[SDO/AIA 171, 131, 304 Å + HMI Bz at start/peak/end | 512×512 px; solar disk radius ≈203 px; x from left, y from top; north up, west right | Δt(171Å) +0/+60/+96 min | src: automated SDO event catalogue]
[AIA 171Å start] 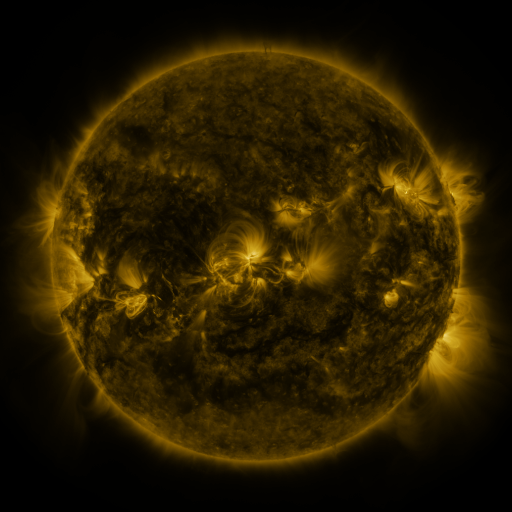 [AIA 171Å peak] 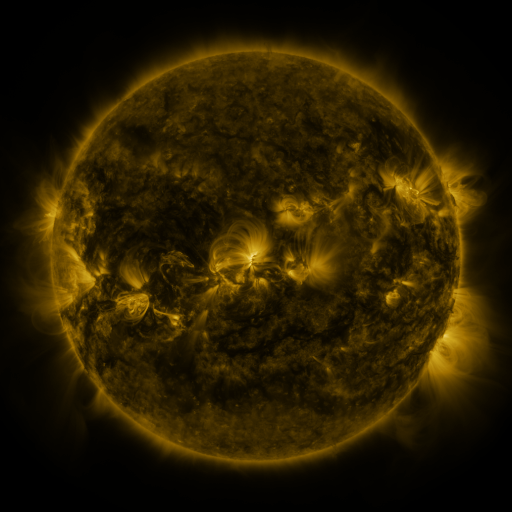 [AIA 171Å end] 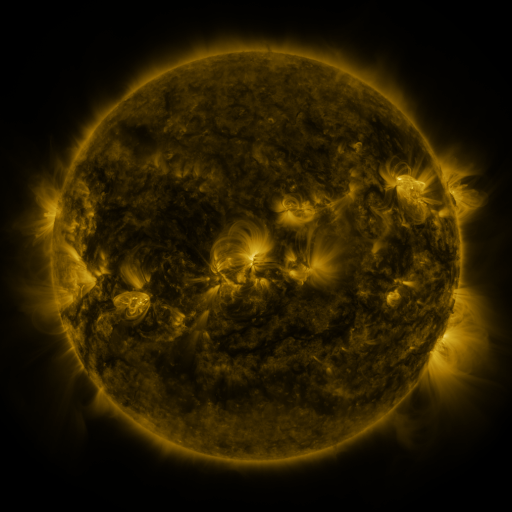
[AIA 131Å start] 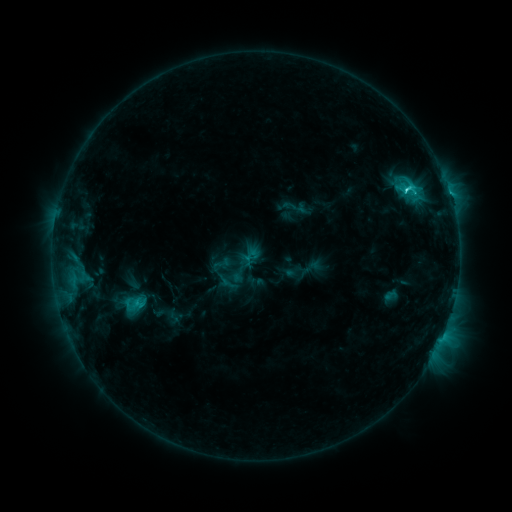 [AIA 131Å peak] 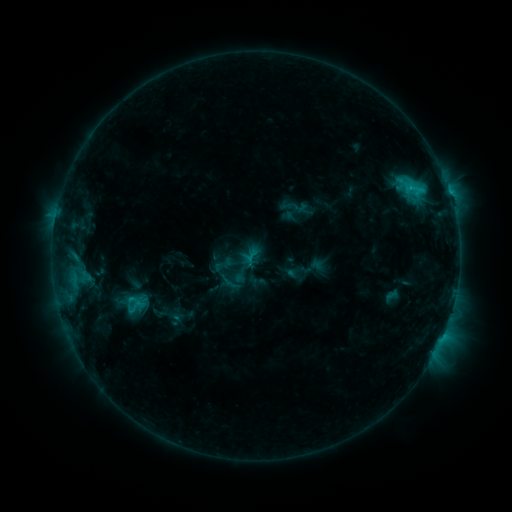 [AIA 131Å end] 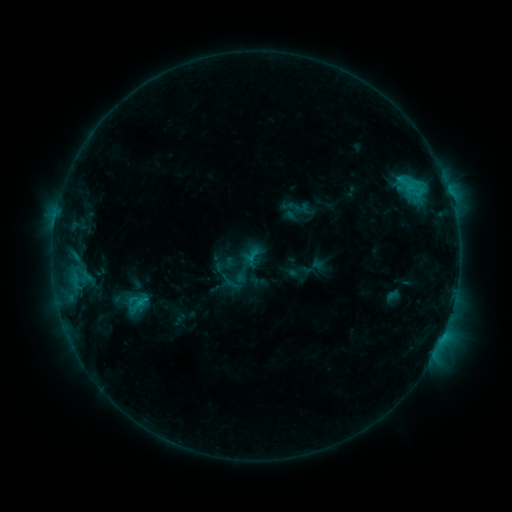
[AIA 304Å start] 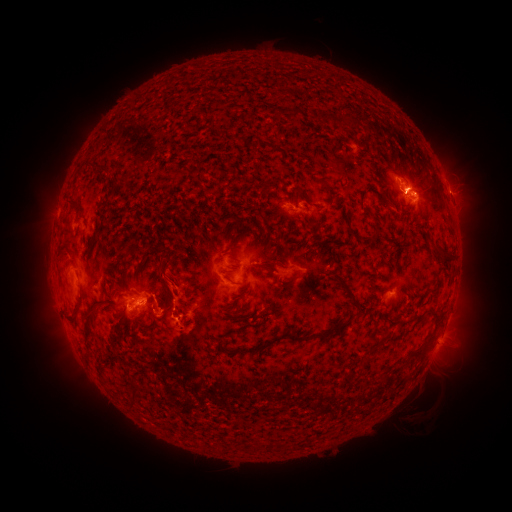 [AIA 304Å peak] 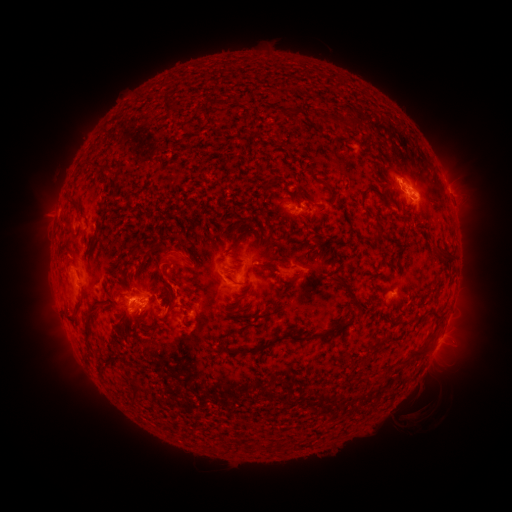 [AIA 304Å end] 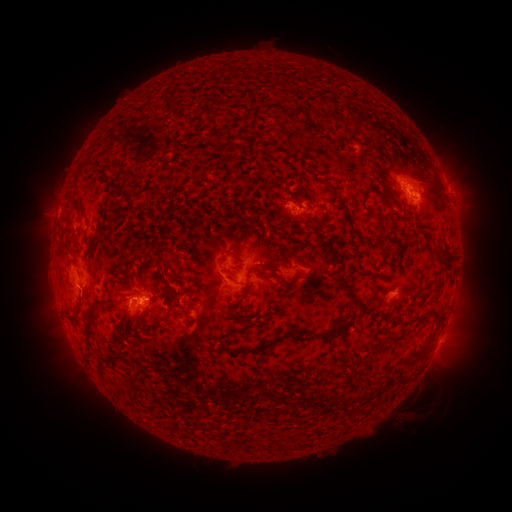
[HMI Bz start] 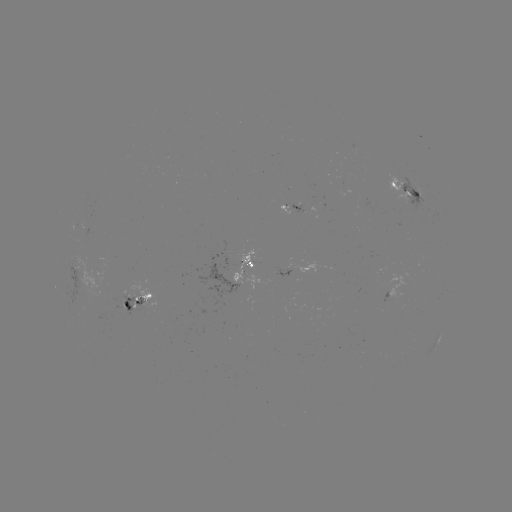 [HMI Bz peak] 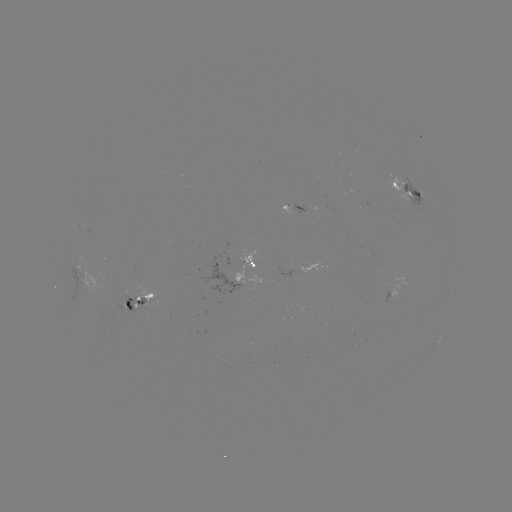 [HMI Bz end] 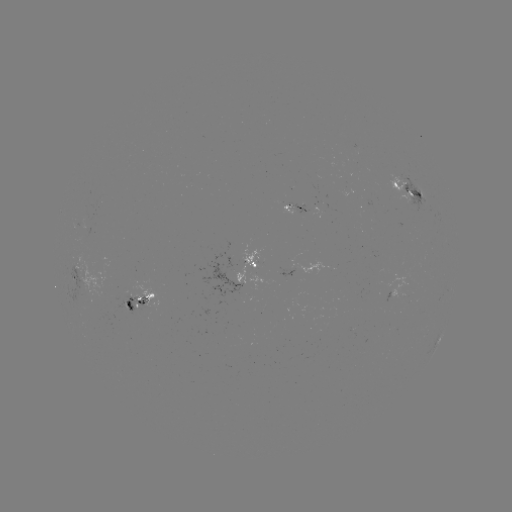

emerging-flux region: (289, 202, 307, 214)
